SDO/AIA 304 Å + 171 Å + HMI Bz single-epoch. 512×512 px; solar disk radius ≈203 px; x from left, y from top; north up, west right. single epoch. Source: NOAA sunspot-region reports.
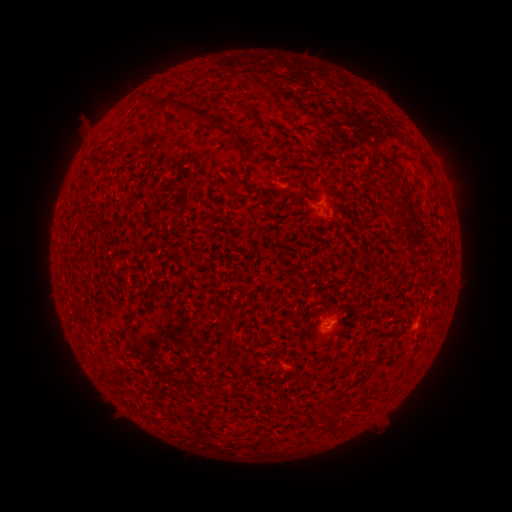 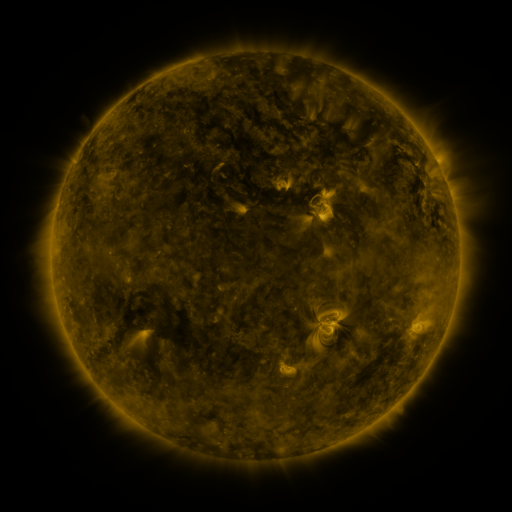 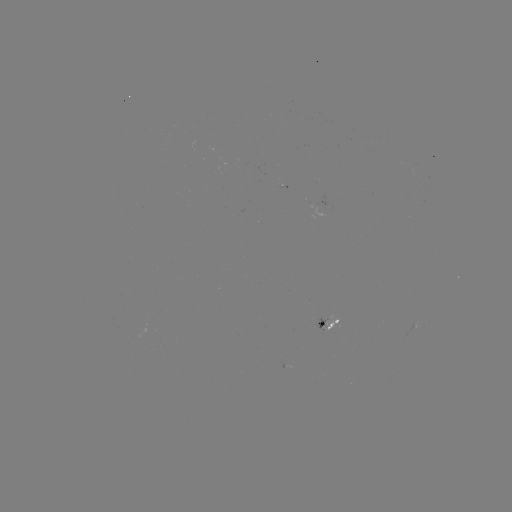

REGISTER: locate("spotted active region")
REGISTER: (328, 321)